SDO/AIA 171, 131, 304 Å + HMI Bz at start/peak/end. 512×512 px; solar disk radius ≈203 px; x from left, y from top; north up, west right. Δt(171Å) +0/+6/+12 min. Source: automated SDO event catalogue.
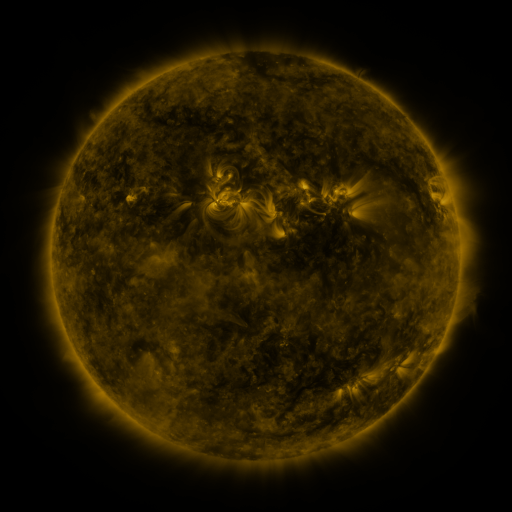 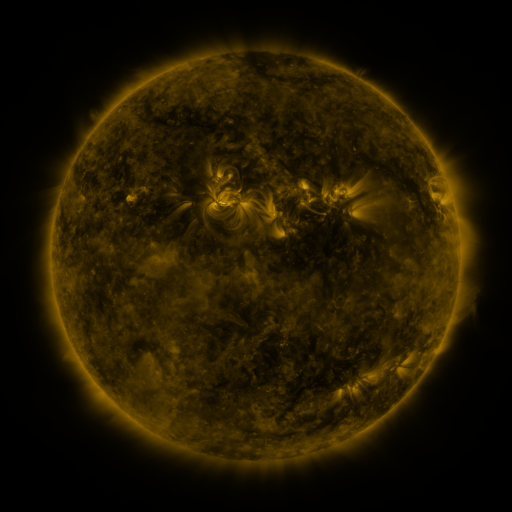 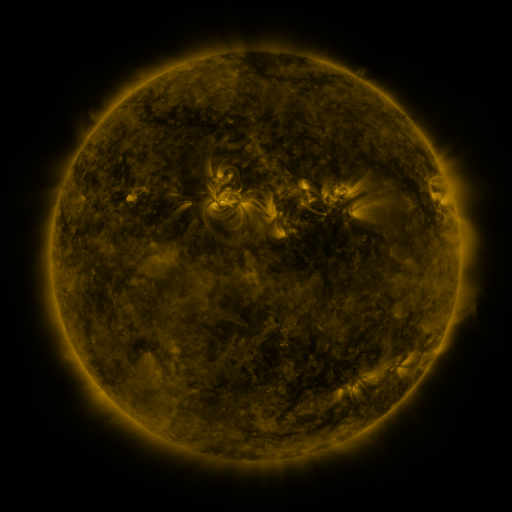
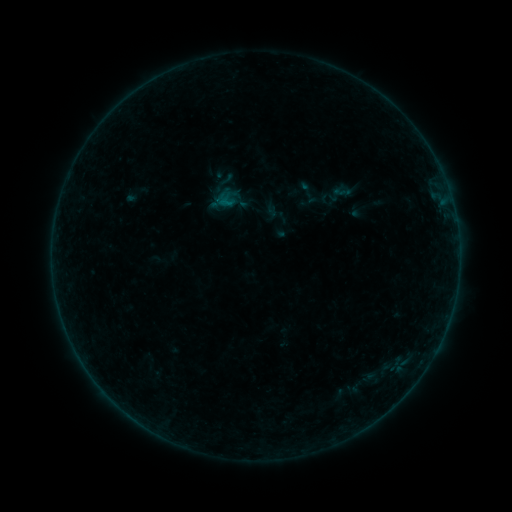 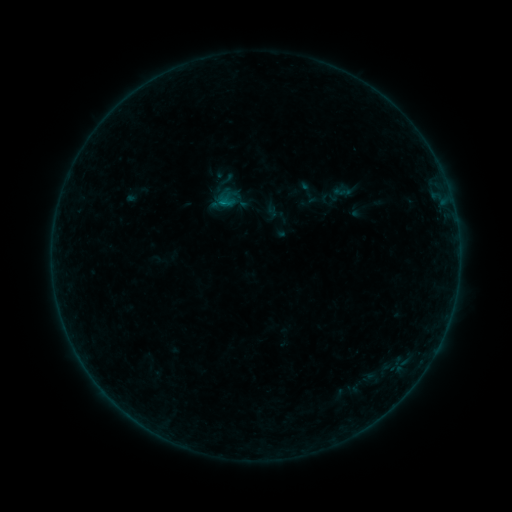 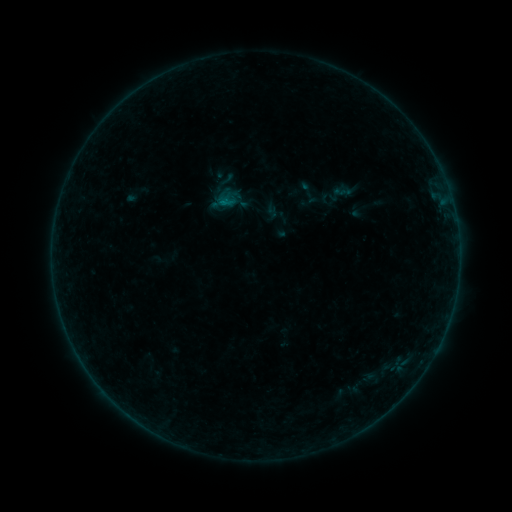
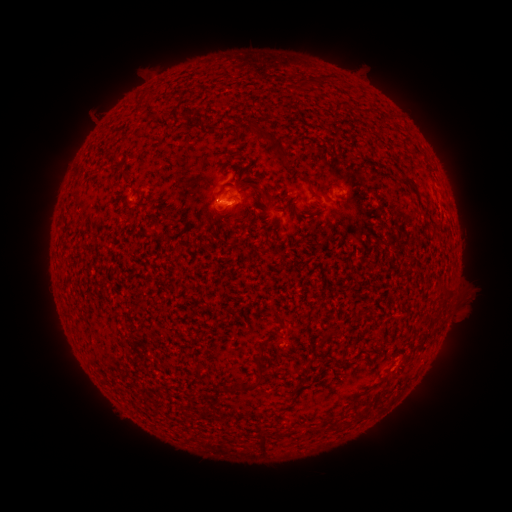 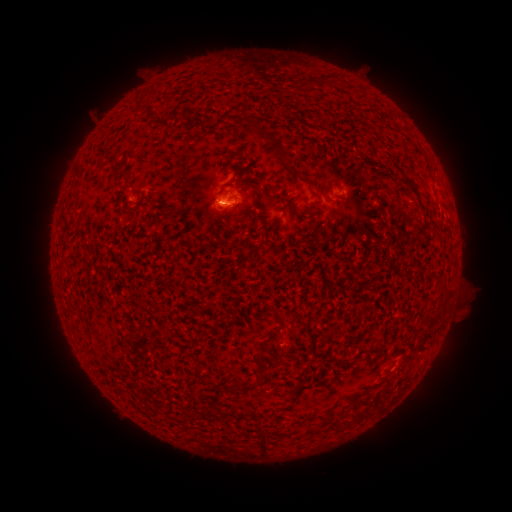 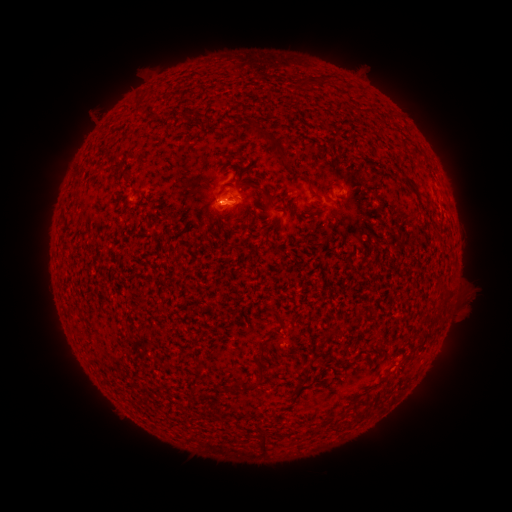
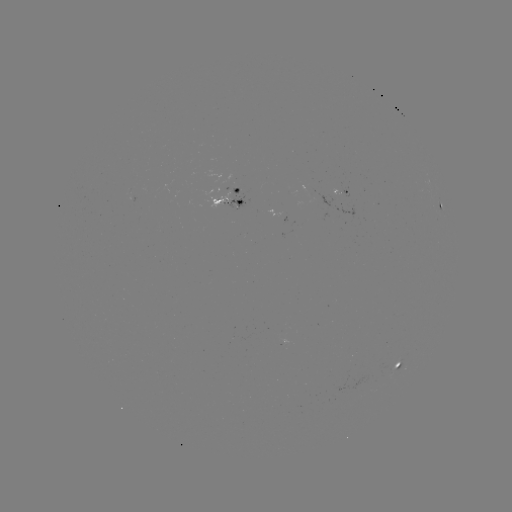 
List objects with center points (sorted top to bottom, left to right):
B2.1 flare: (222, 203)
